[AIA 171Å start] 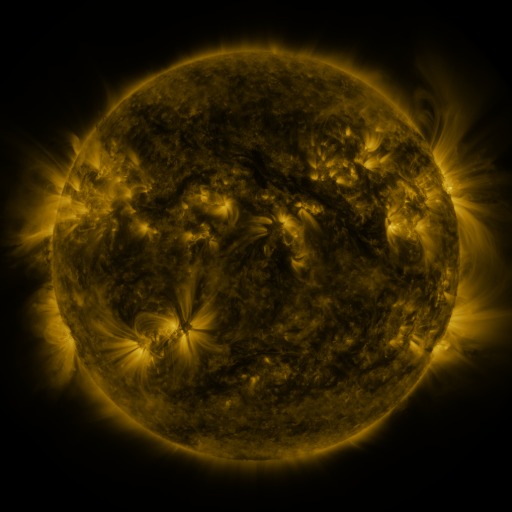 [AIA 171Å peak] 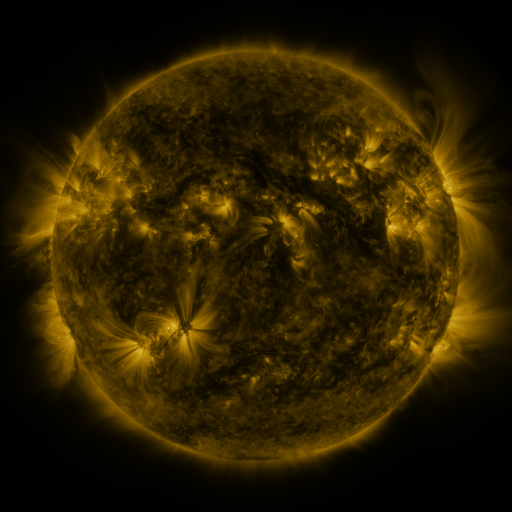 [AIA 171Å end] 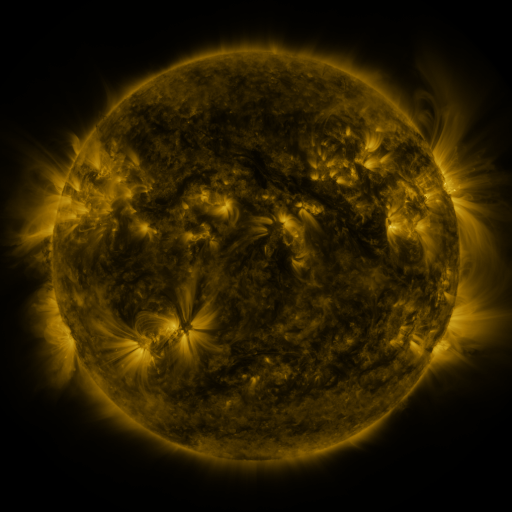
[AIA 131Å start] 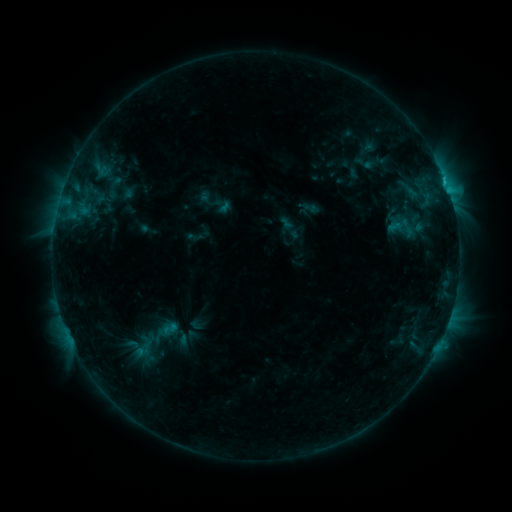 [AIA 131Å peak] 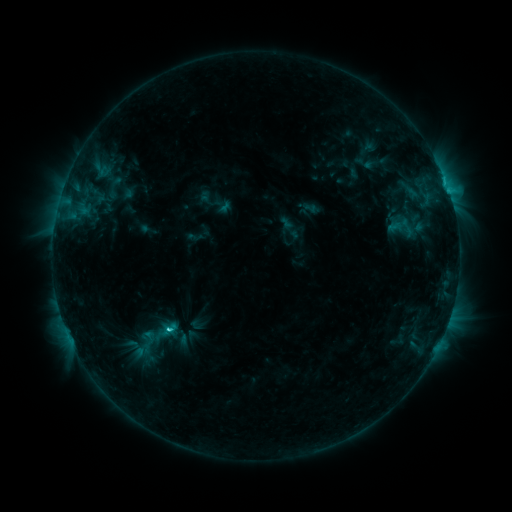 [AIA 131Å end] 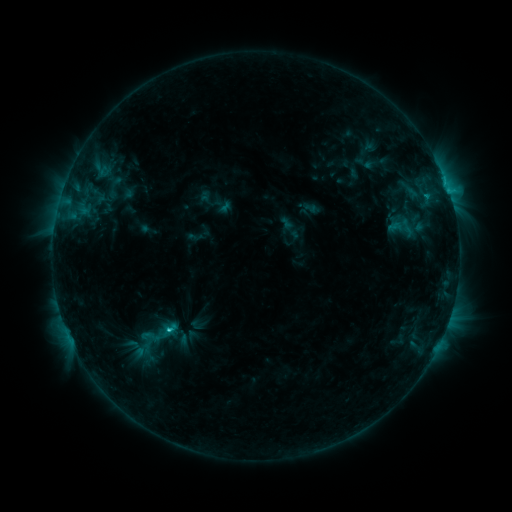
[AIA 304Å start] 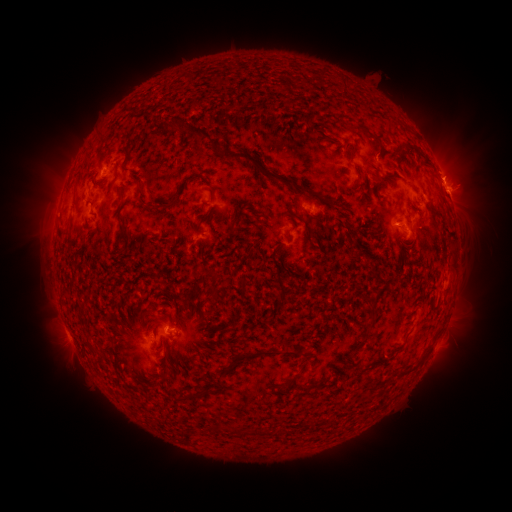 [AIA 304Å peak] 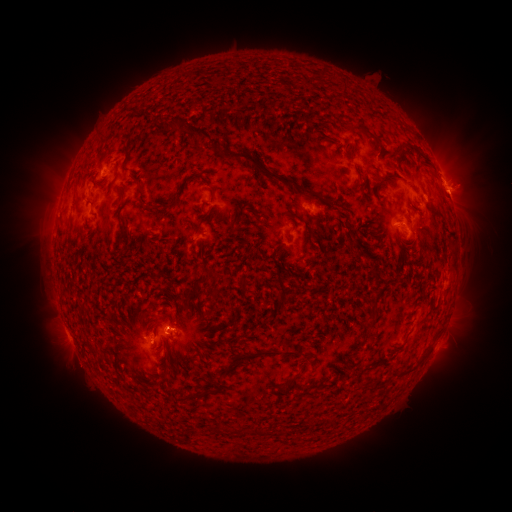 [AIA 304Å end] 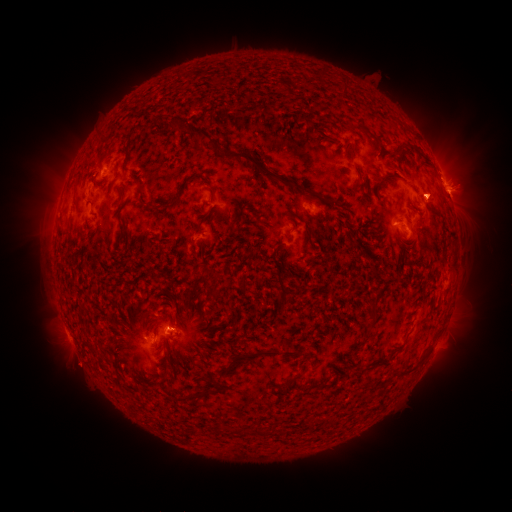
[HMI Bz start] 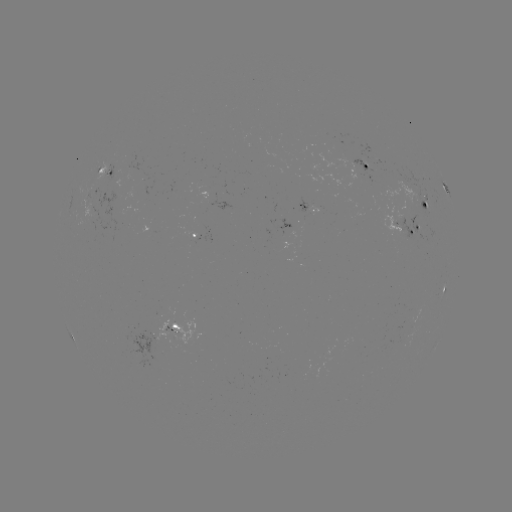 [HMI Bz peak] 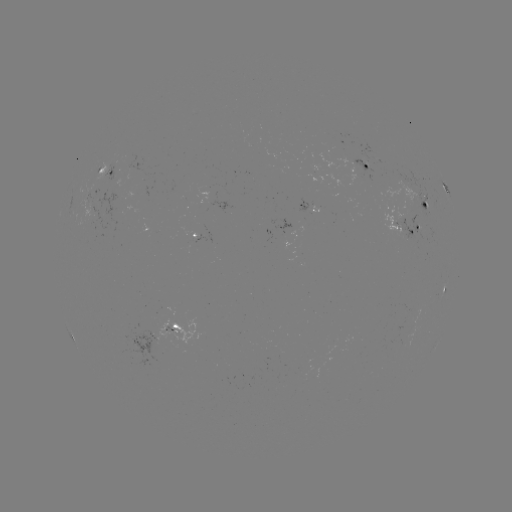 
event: flare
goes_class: C2.4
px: (170, 327)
